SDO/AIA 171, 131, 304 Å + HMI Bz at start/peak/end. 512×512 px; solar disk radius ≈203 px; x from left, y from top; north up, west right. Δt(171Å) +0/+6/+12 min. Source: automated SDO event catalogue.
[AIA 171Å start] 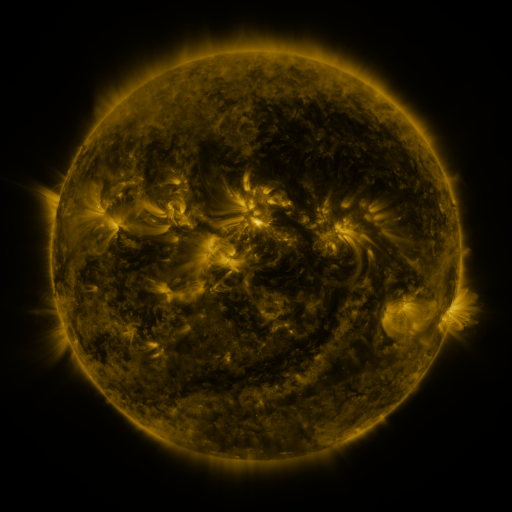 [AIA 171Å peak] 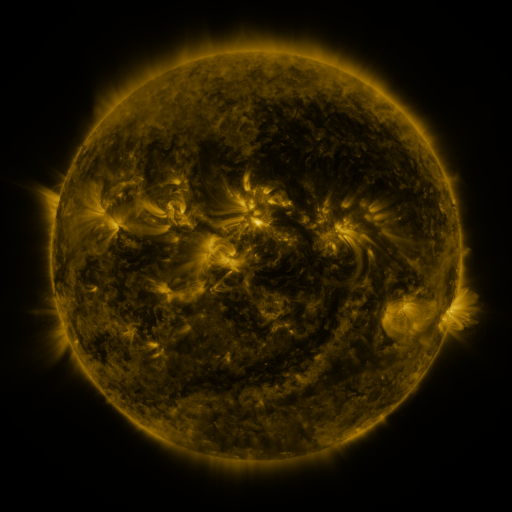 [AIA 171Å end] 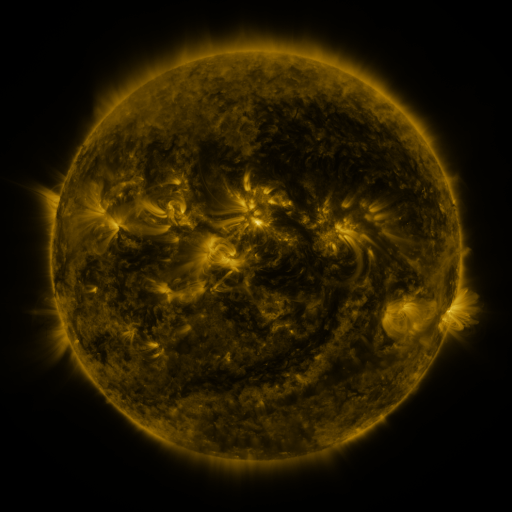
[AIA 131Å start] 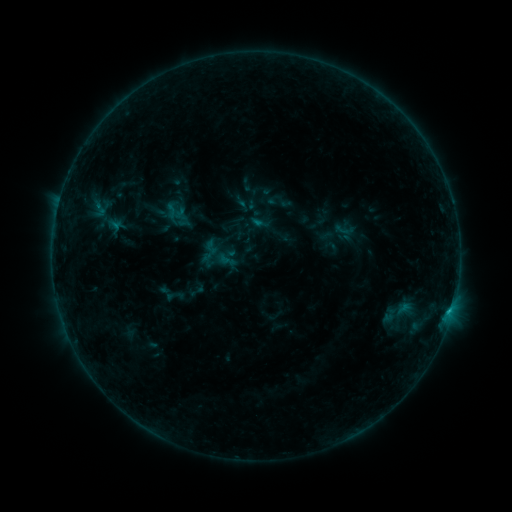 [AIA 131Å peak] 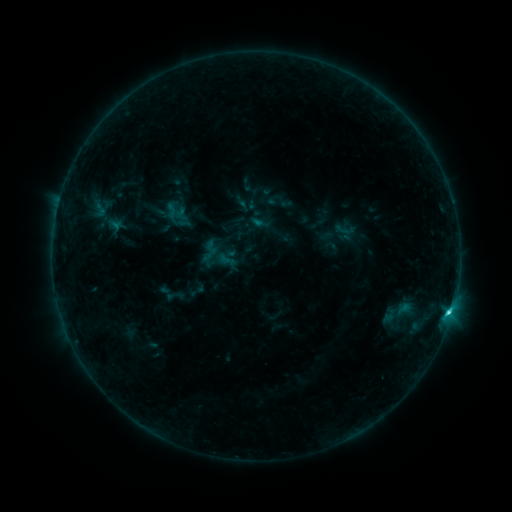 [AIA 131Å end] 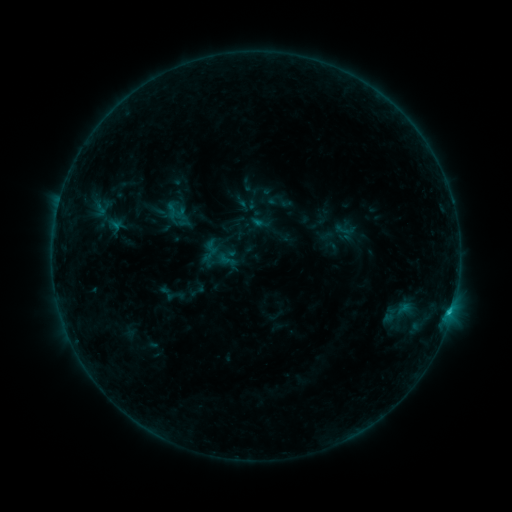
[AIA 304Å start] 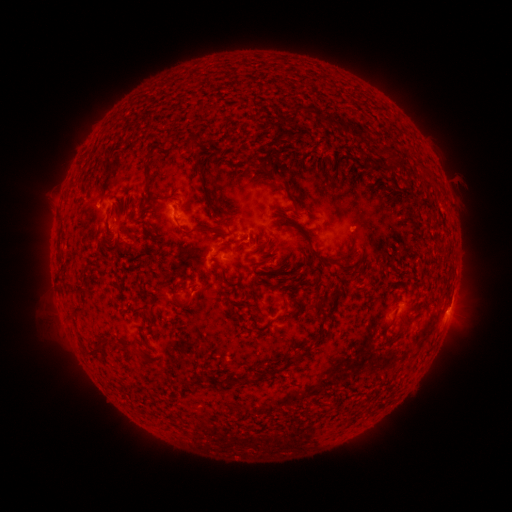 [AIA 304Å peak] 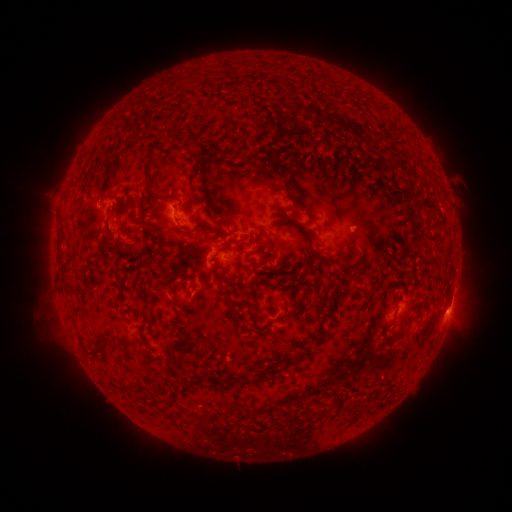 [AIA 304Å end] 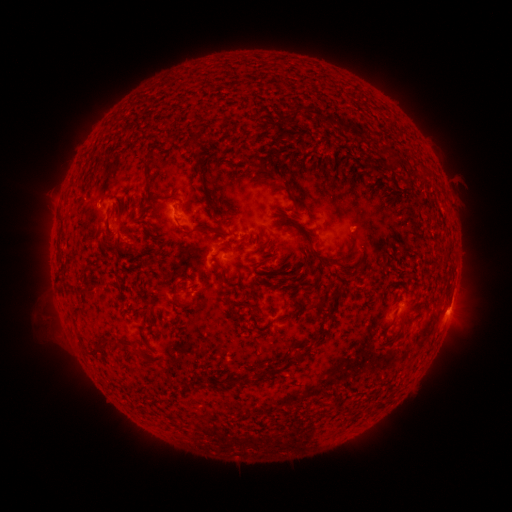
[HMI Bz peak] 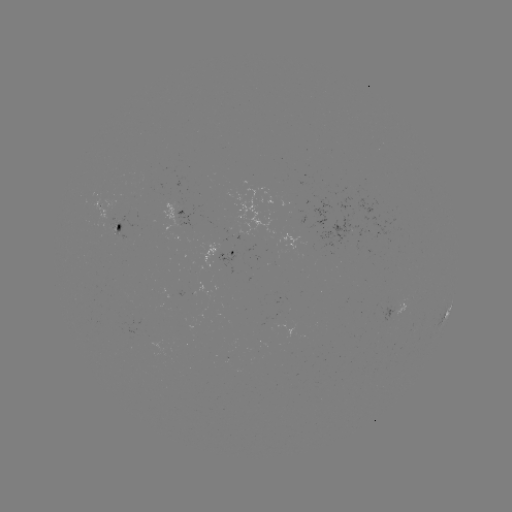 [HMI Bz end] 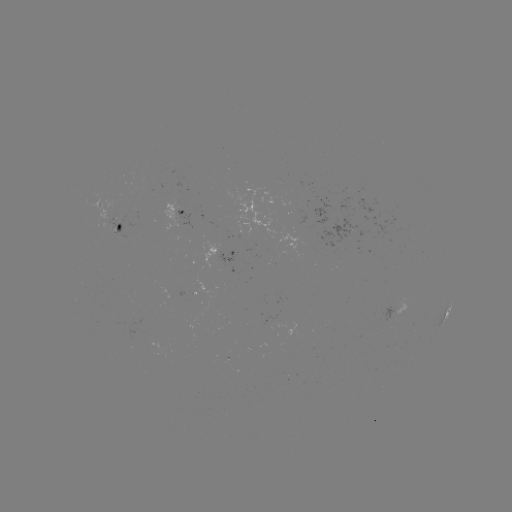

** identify C1.5 flare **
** (447, 312) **